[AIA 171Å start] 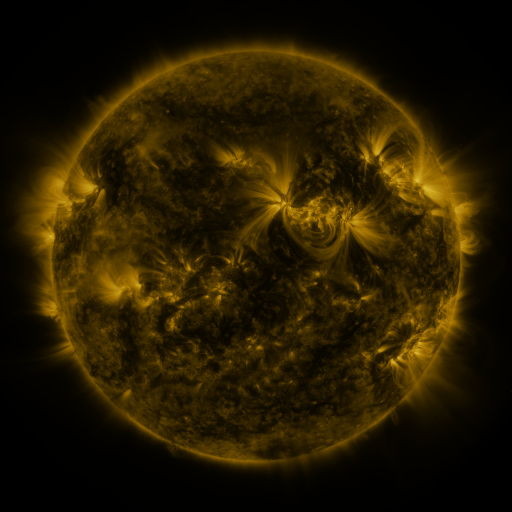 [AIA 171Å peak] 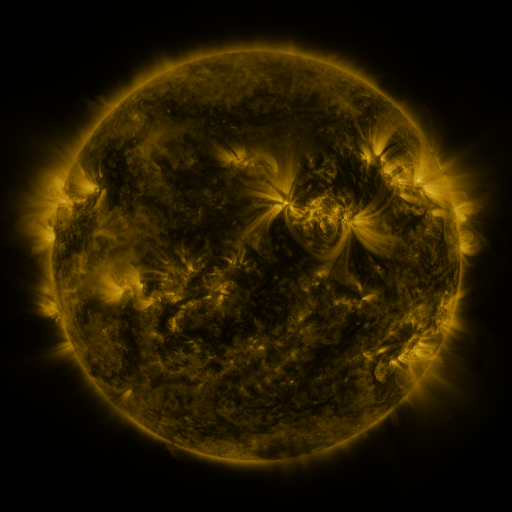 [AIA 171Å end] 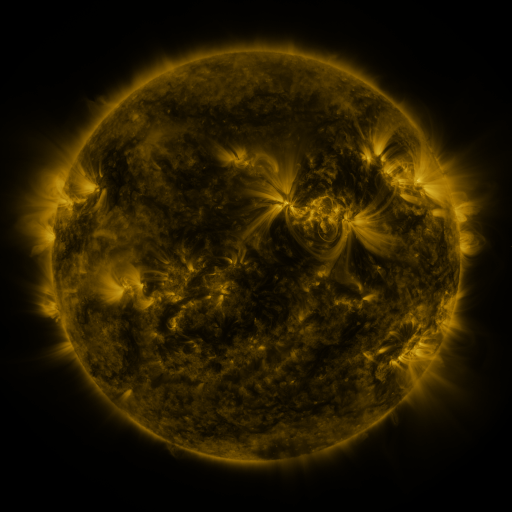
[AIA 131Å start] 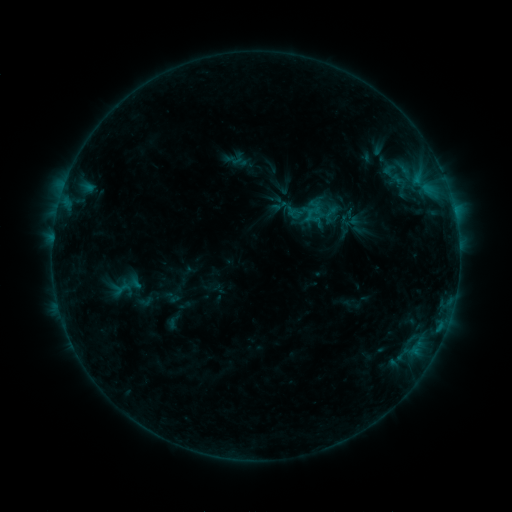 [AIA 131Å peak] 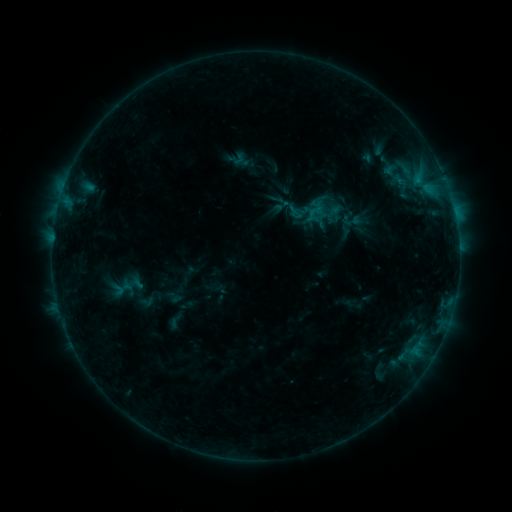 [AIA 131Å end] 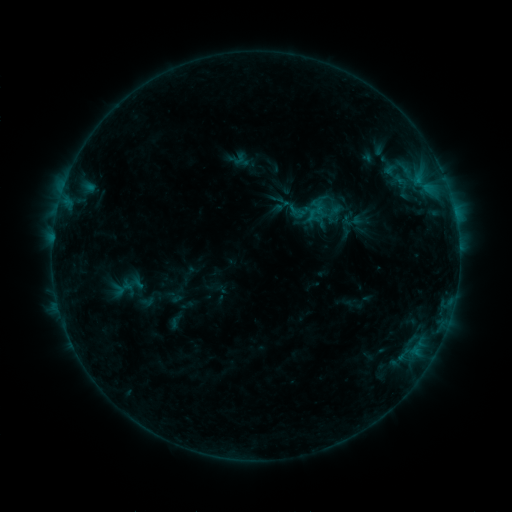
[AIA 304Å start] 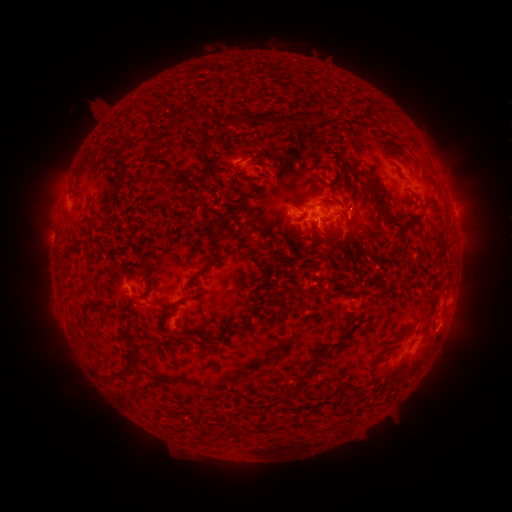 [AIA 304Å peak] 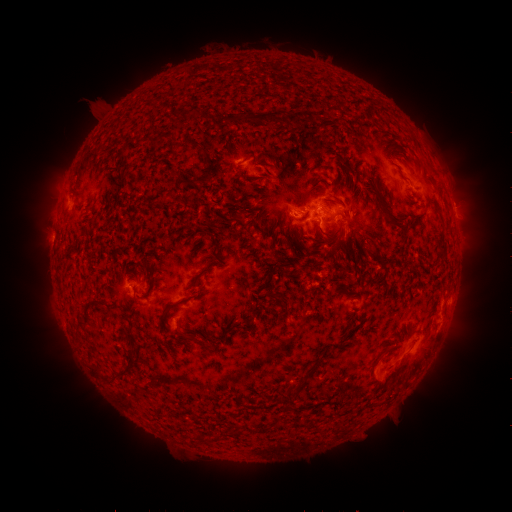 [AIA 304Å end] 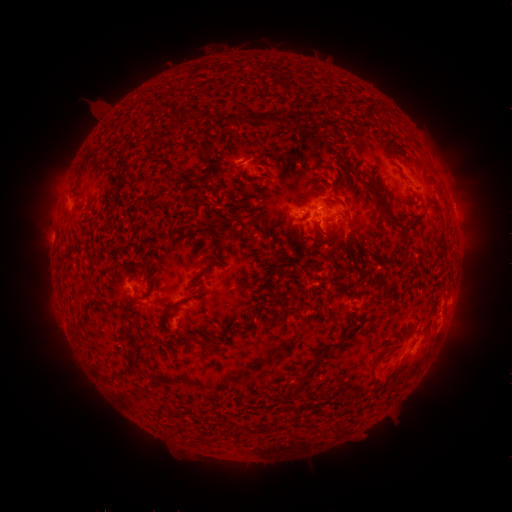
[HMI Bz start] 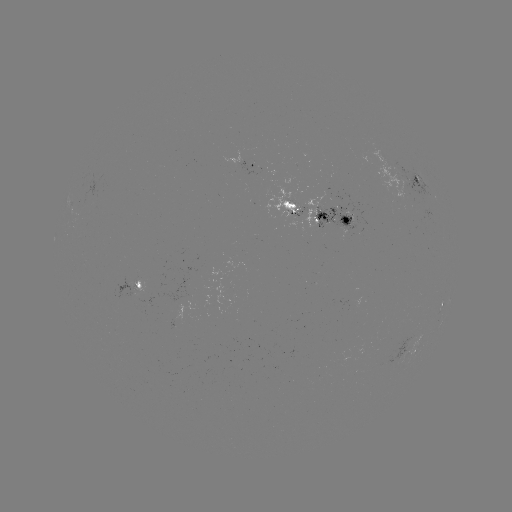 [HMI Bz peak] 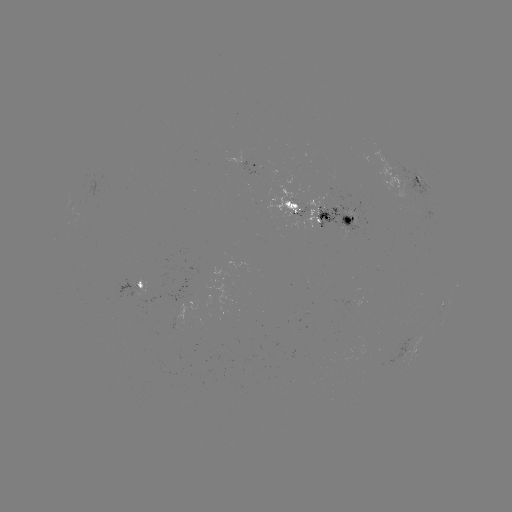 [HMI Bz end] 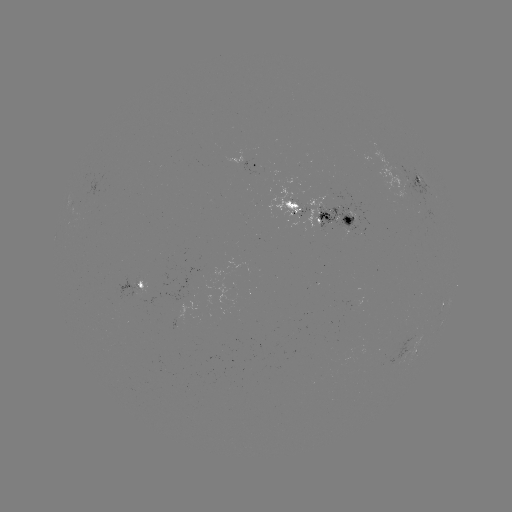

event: emerging-flux region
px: (290, 210)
